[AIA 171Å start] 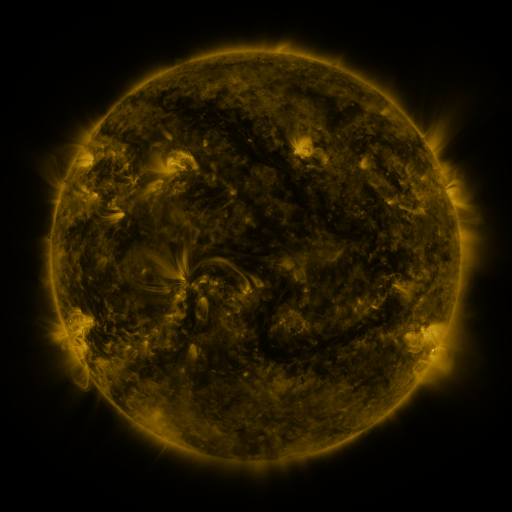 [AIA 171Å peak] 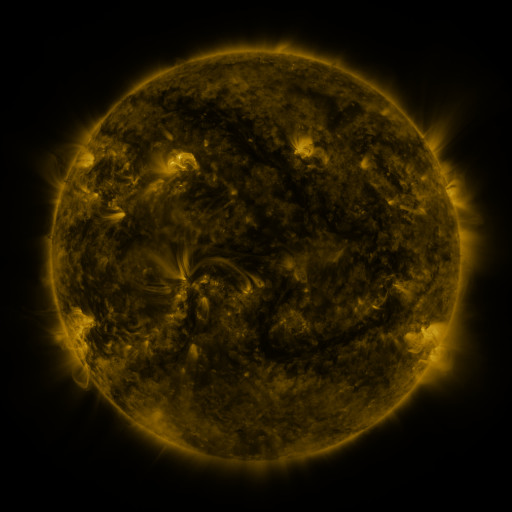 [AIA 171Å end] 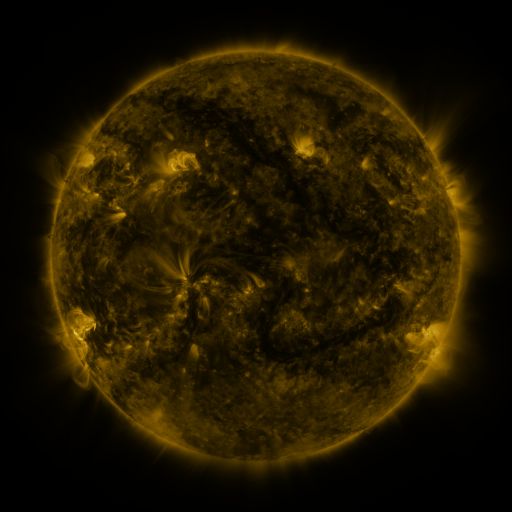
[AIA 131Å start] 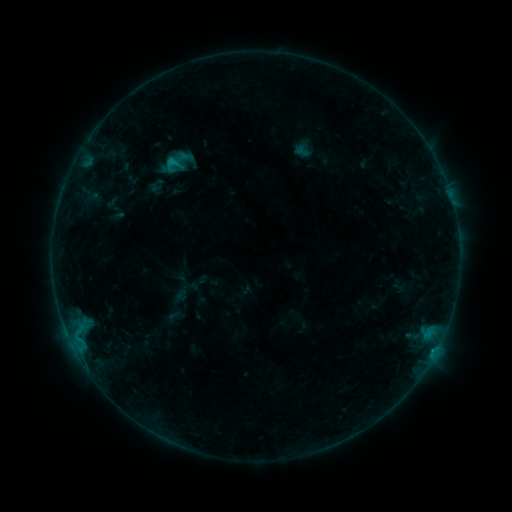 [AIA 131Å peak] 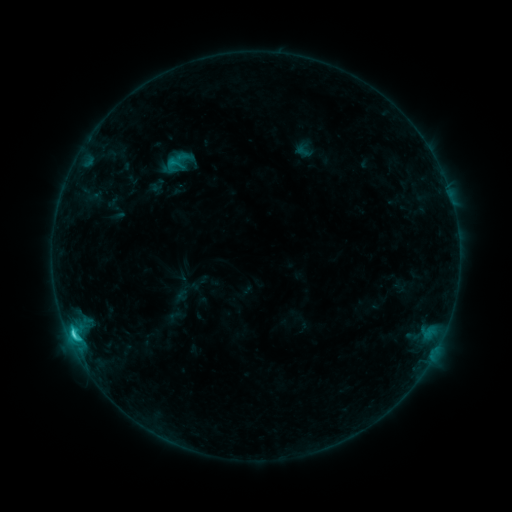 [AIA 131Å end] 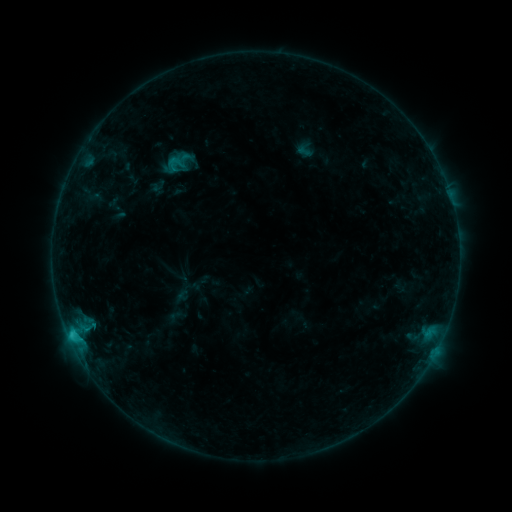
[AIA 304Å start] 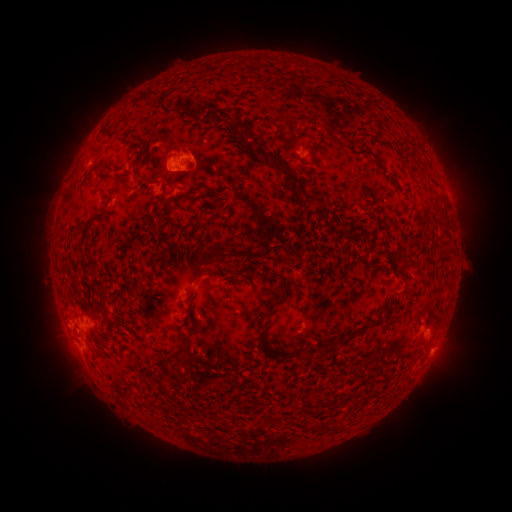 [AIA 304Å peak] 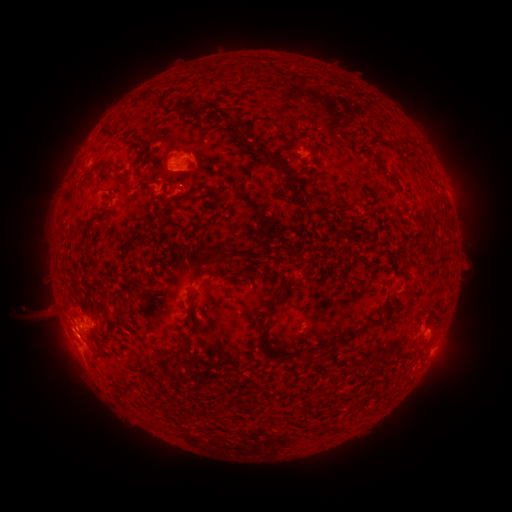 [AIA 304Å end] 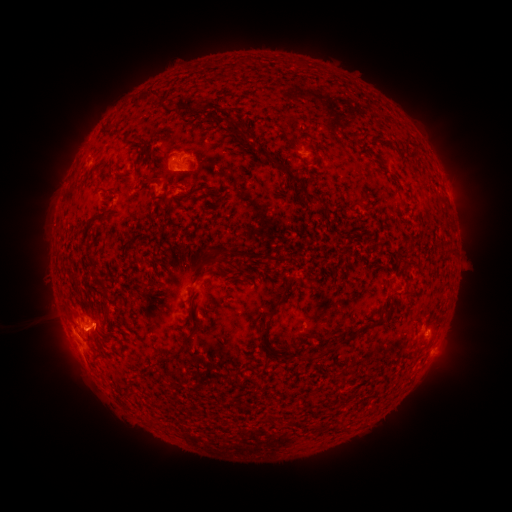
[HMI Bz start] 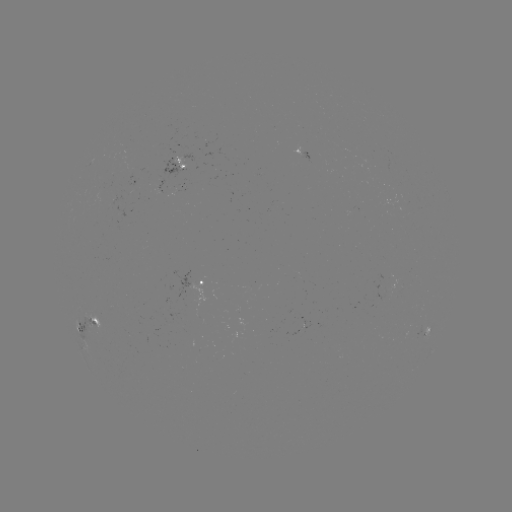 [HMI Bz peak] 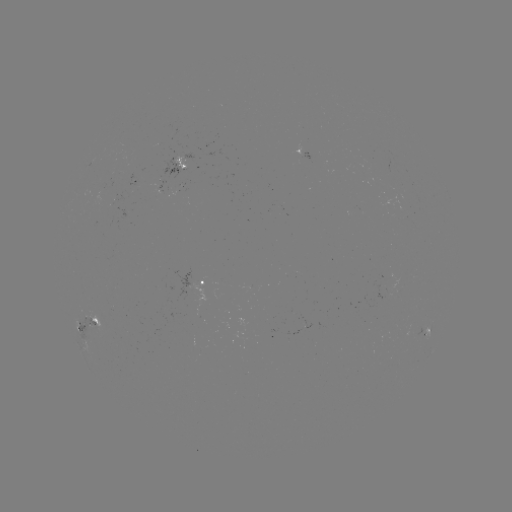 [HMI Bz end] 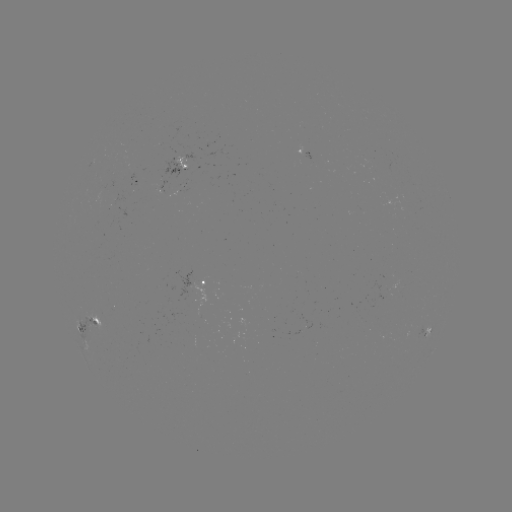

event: flare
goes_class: C2.5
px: (74, 333)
